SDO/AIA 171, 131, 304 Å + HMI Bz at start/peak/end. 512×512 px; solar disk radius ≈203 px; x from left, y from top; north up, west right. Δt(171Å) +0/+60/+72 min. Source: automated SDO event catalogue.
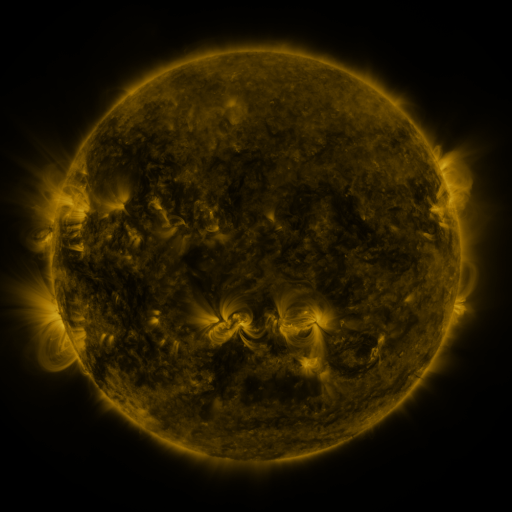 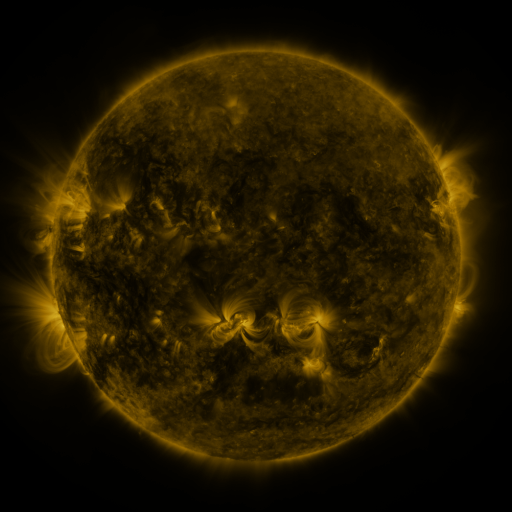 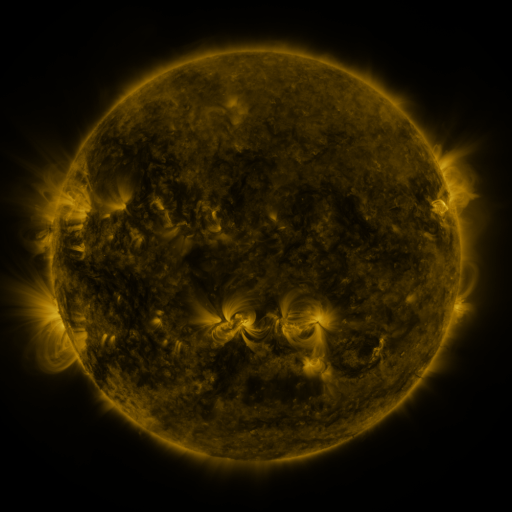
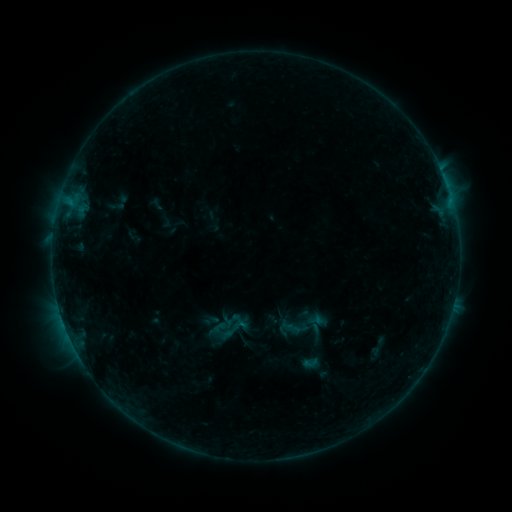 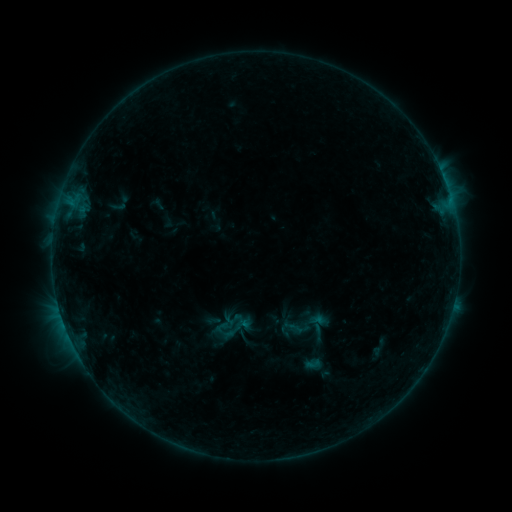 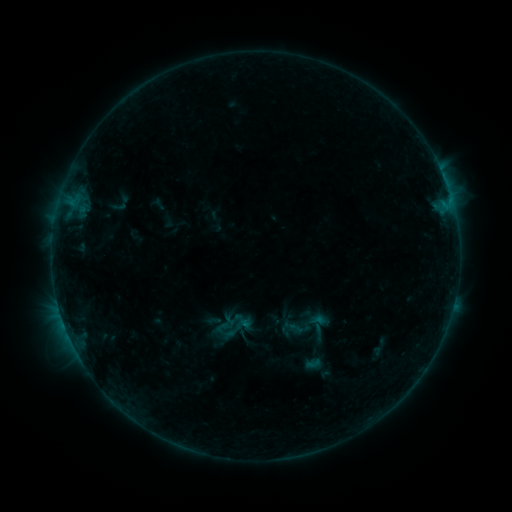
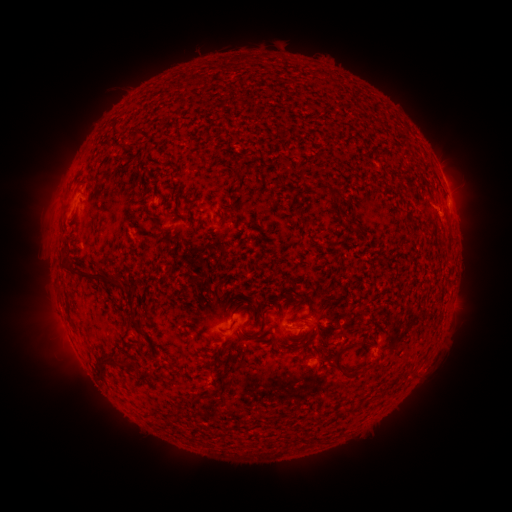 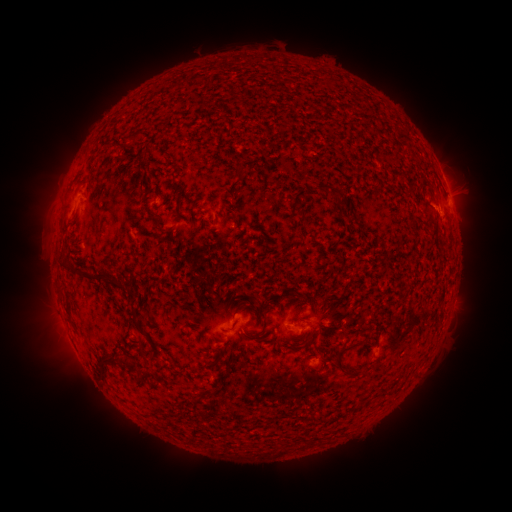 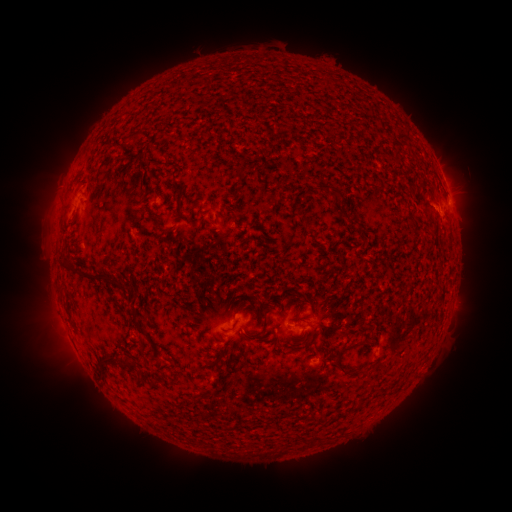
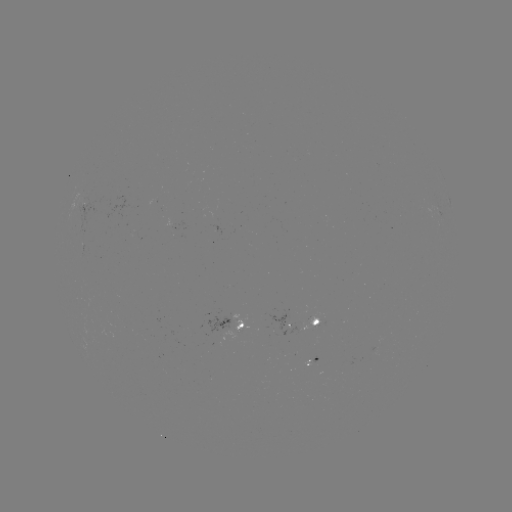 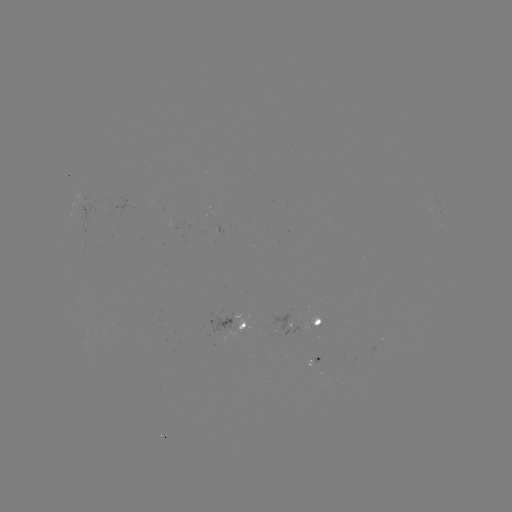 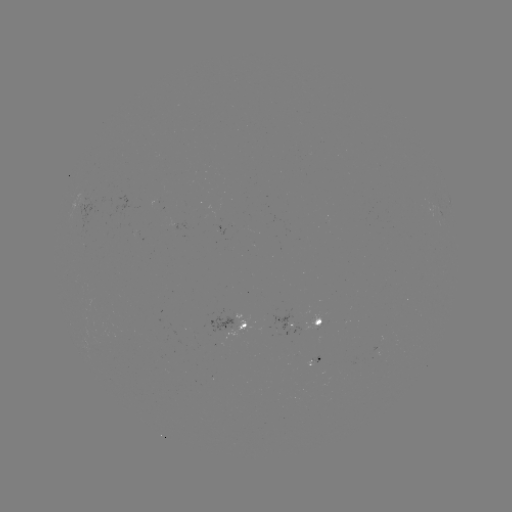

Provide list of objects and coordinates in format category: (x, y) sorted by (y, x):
emerging-flux region: (237, 319)
